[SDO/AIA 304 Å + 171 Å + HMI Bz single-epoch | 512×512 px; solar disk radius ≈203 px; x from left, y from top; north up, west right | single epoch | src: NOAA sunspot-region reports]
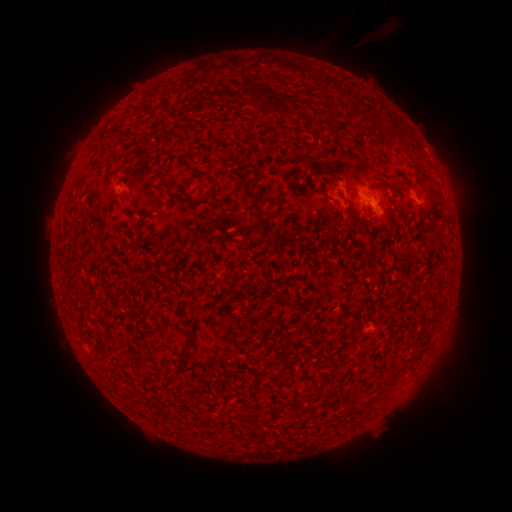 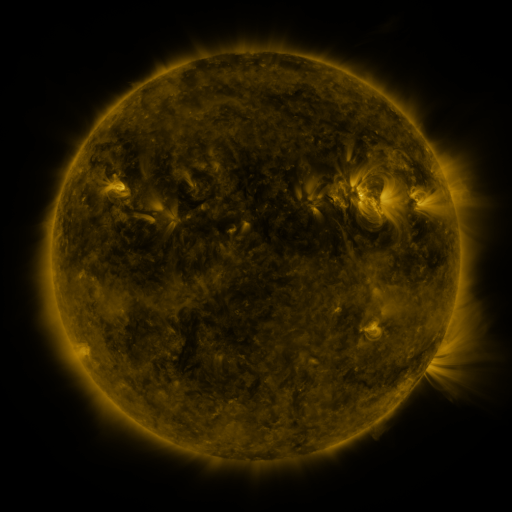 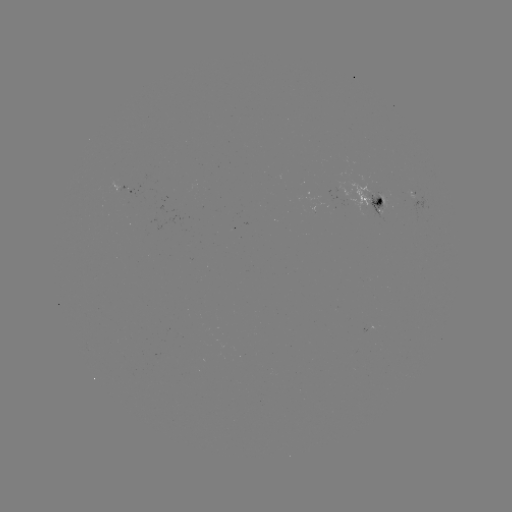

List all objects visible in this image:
spotted active region: (131, 189)
spotted active region: (375, 200)
spotted active region: (422, 201)
